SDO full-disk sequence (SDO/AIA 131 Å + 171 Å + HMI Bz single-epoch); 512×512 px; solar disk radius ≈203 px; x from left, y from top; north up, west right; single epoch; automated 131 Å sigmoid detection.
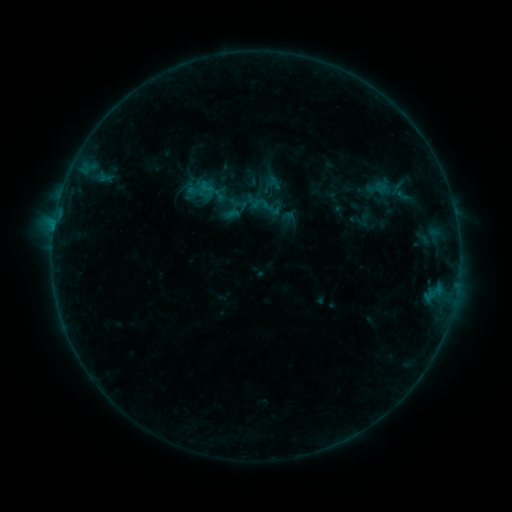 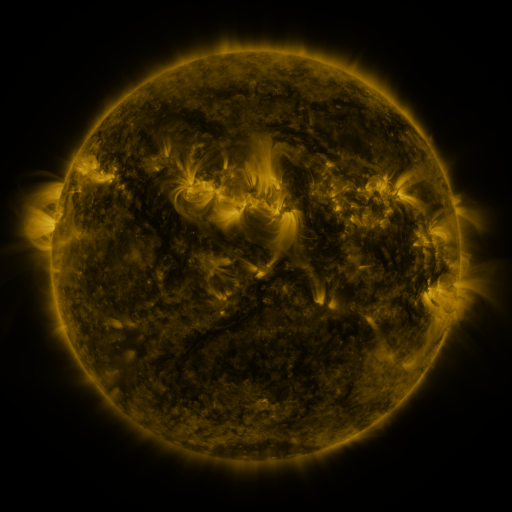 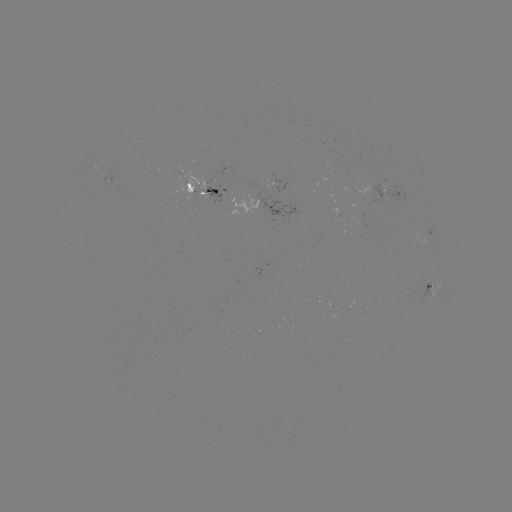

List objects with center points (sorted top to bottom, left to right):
sigmoid: [250, 190, 282, 222]
sigmoid: [229, 194, 249, 214]
